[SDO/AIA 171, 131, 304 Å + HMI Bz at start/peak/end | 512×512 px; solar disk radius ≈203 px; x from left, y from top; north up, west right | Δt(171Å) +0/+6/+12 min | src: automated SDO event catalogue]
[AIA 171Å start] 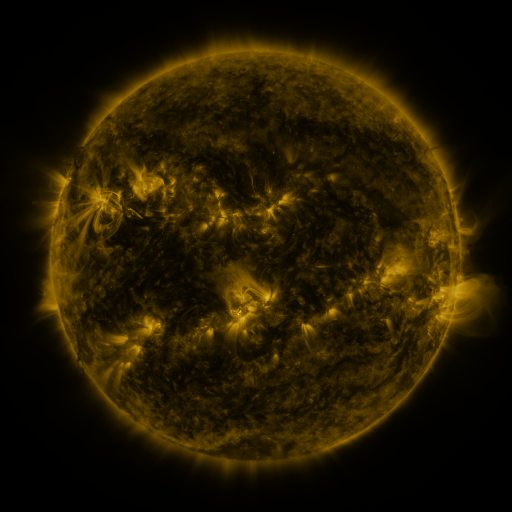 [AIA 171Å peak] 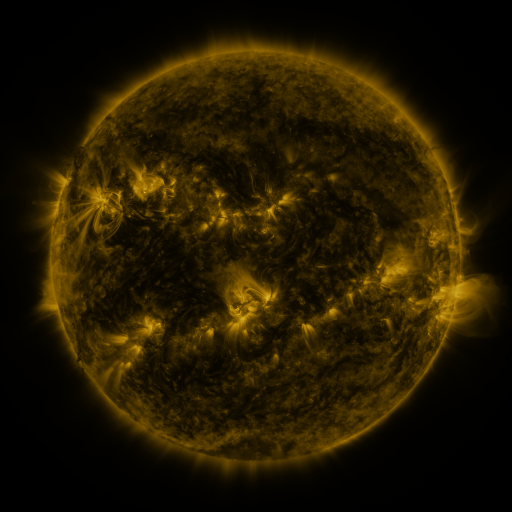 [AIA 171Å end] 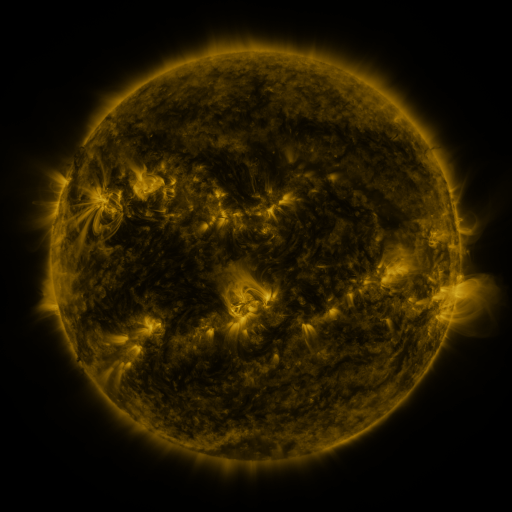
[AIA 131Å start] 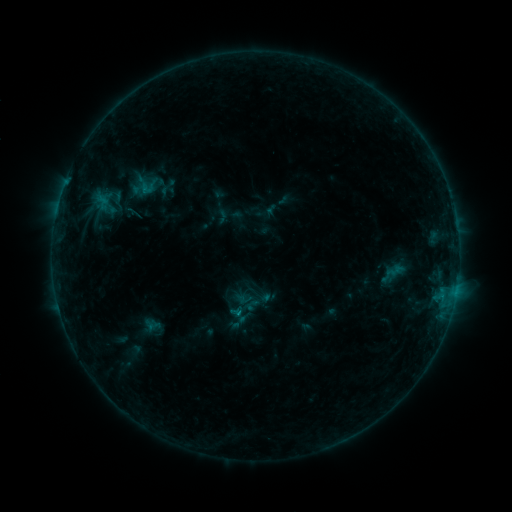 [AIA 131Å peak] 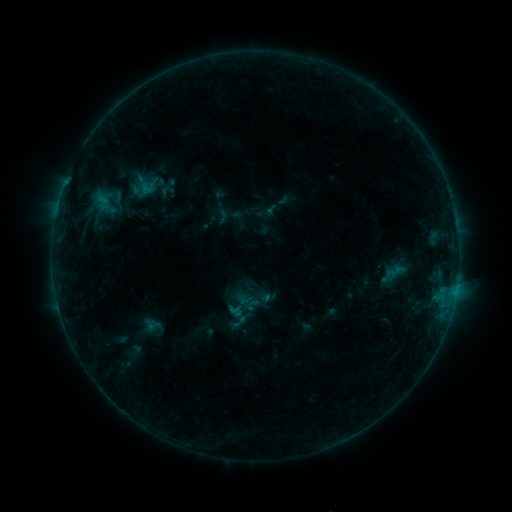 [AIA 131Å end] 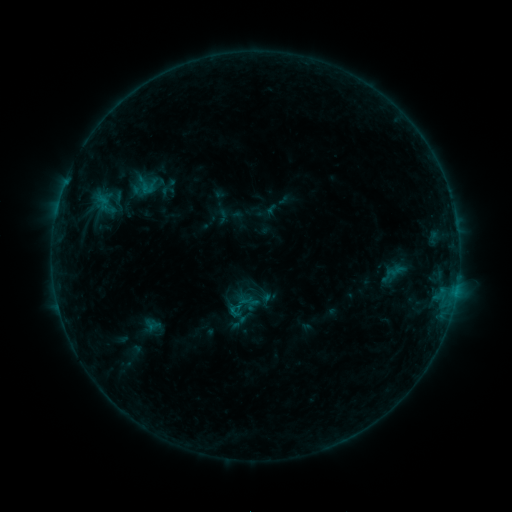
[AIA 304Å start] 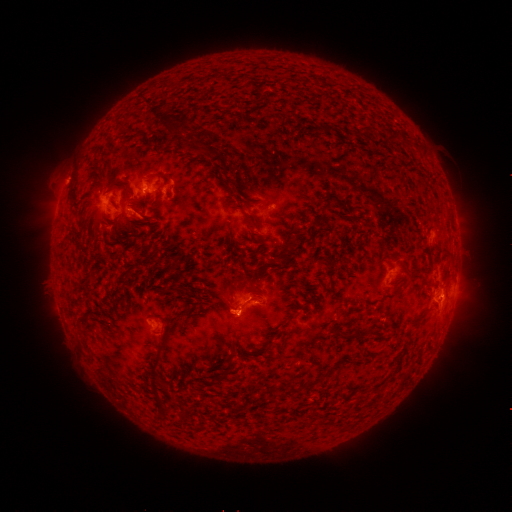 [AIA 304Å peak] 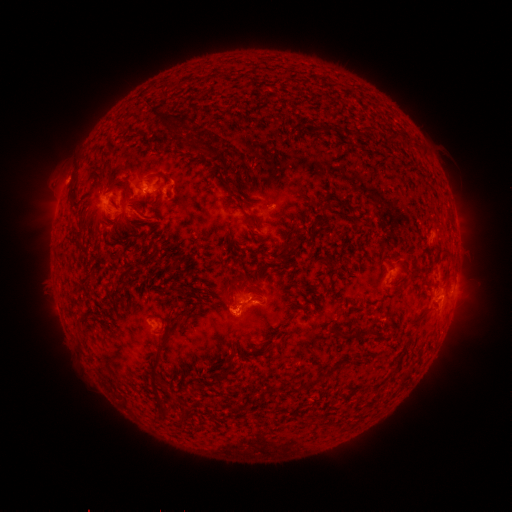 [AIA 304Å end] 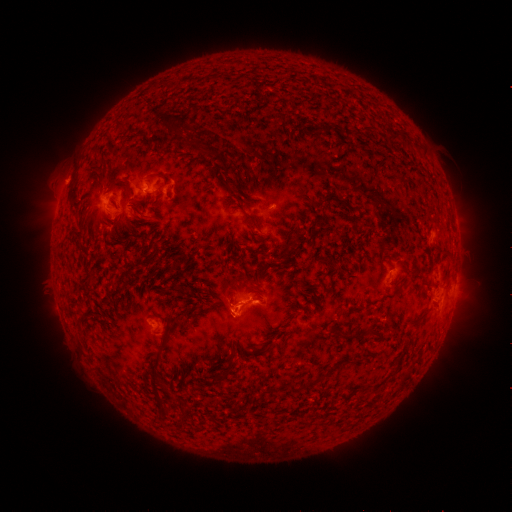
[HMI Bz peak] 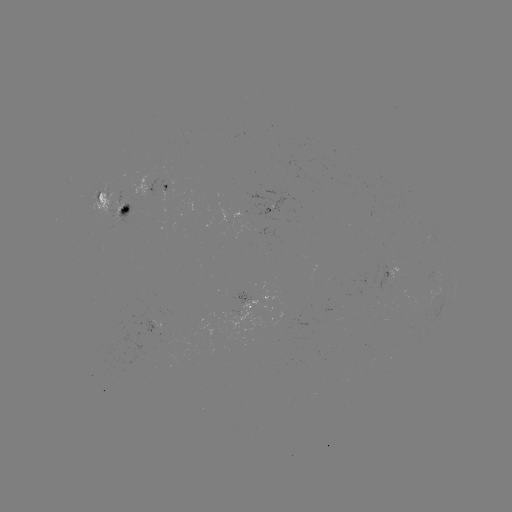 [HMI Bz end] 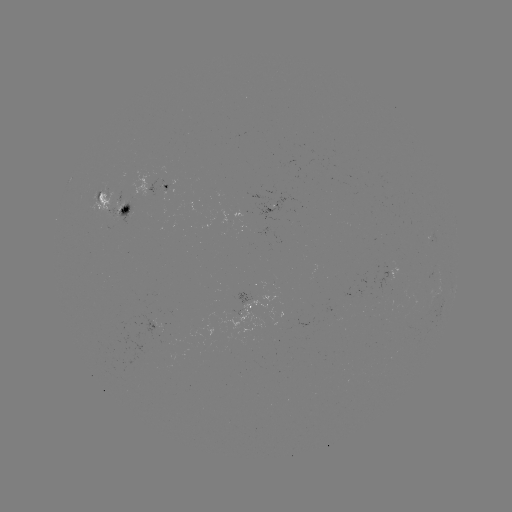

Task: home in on eruption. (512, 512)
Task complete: [229, 308].